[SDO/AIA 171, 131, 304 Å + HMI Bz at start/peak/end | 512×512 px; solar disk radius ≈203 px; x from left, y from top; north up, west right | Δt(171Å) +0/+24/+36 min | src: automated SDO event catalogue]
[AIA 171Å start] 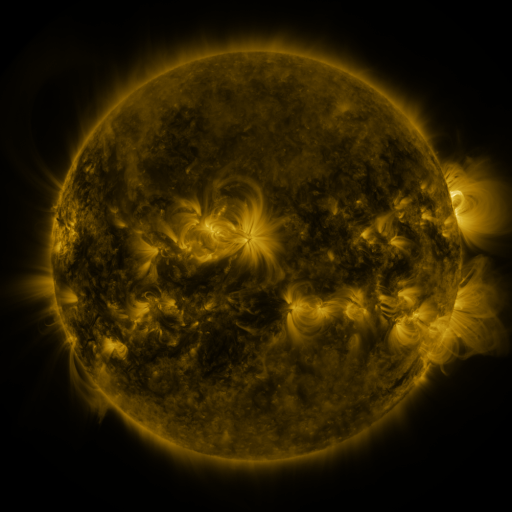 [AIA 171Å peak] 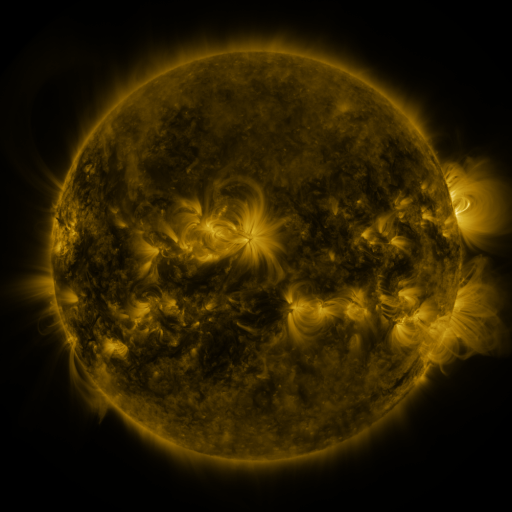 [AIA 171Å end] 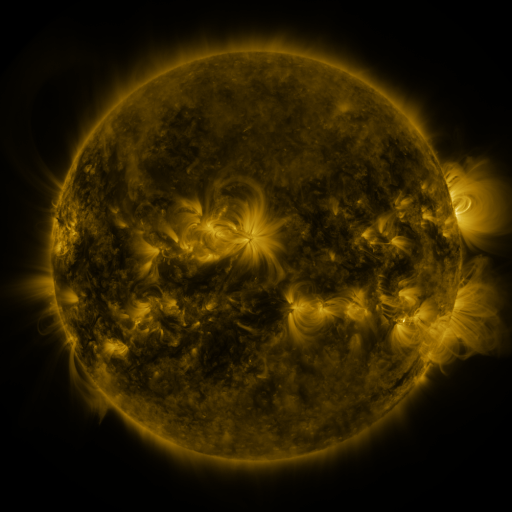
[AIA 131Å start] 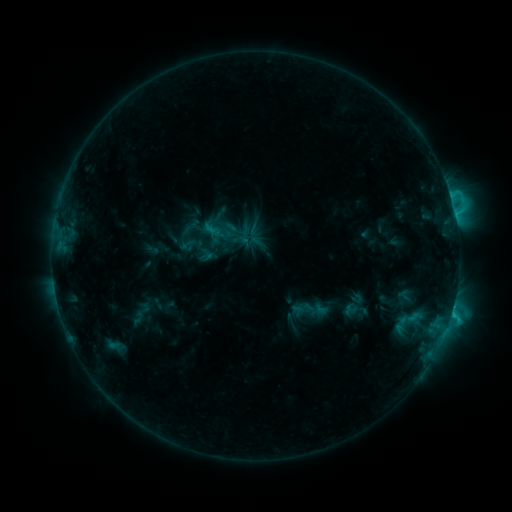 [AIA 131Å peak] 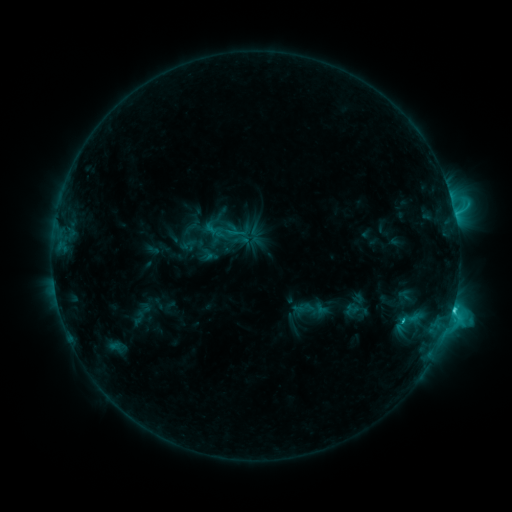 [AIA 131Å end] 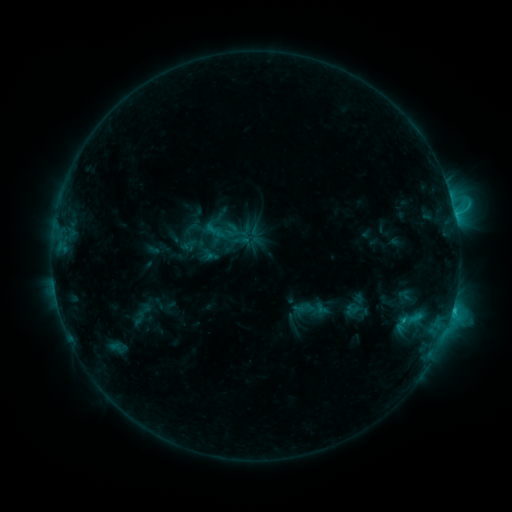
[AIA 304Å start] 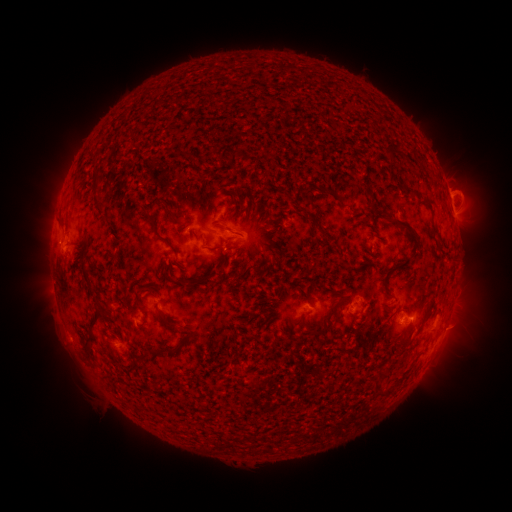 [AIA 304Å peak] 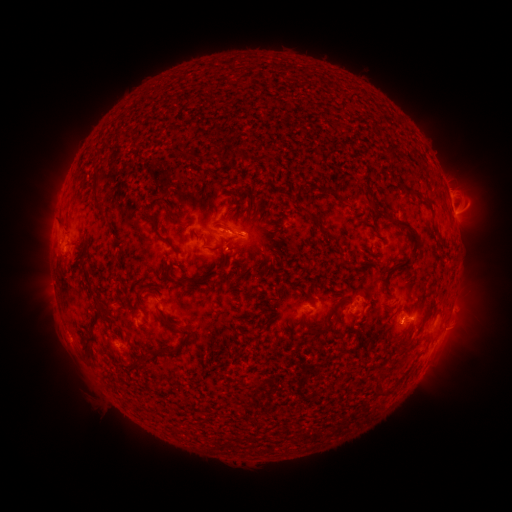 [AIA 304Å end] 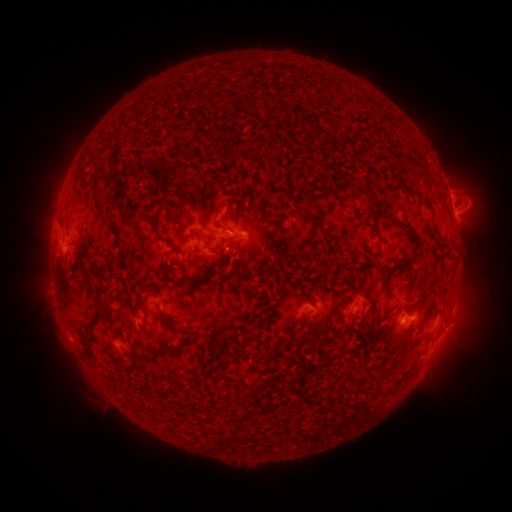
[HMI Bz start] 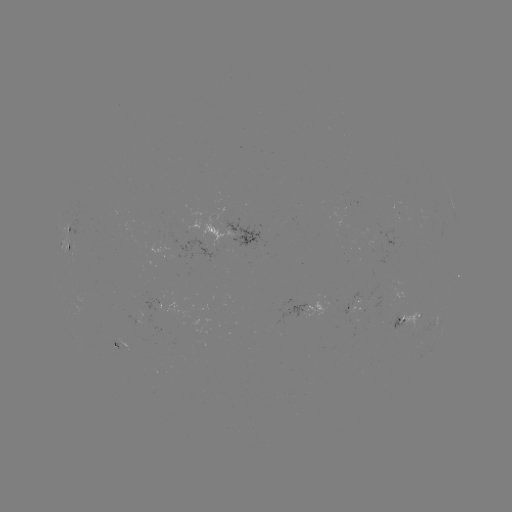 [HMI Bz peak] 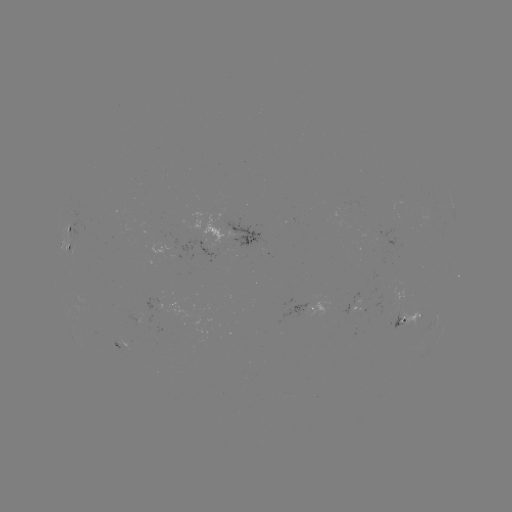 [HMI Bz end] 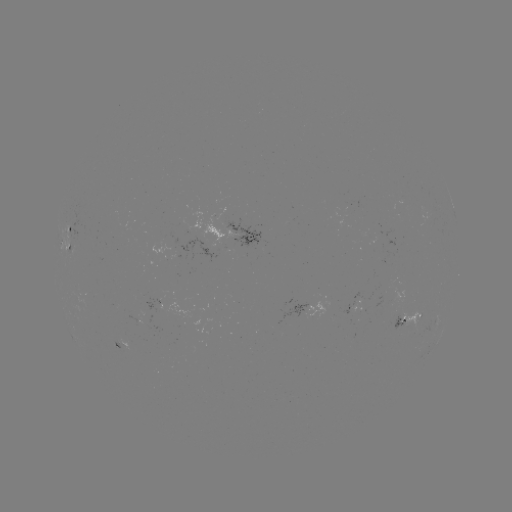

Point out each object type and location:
C3.5 flare: (451, 309)
